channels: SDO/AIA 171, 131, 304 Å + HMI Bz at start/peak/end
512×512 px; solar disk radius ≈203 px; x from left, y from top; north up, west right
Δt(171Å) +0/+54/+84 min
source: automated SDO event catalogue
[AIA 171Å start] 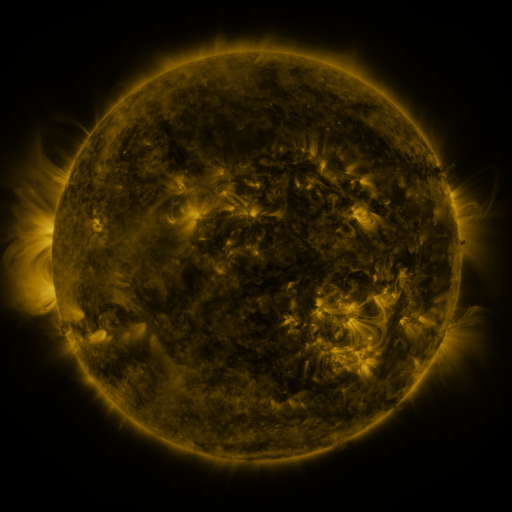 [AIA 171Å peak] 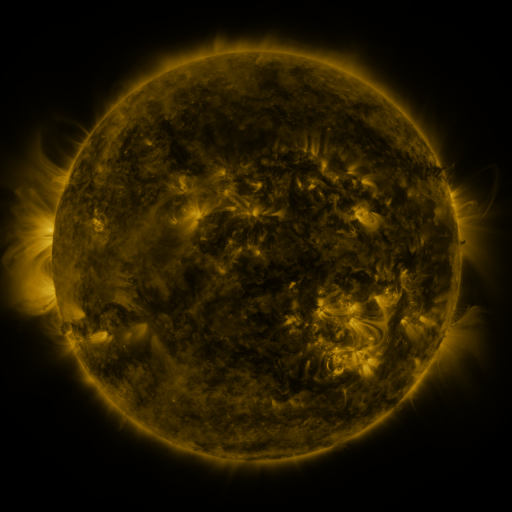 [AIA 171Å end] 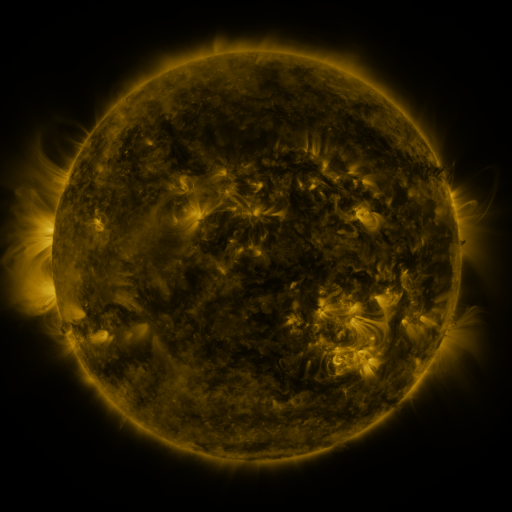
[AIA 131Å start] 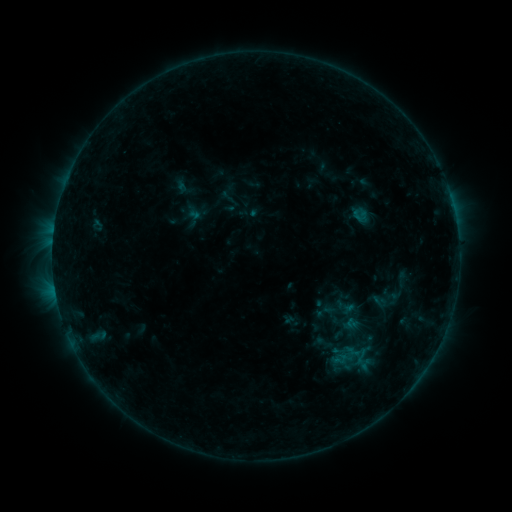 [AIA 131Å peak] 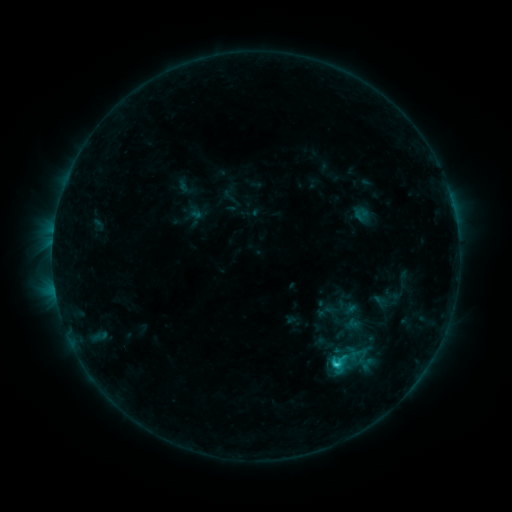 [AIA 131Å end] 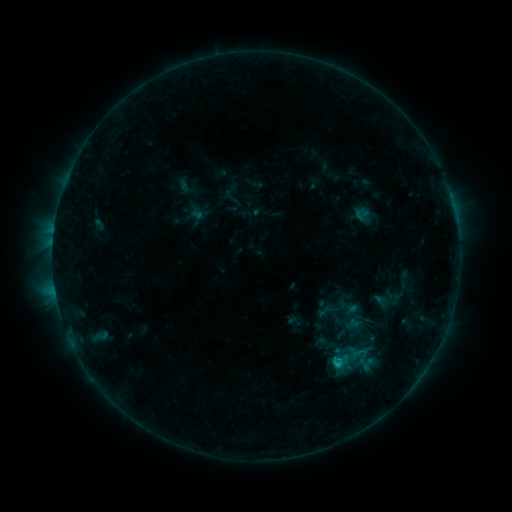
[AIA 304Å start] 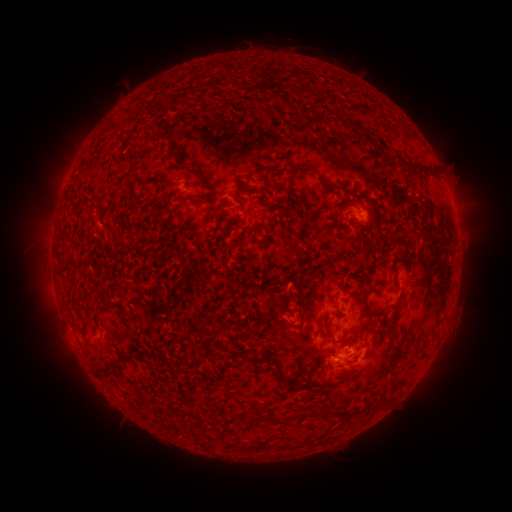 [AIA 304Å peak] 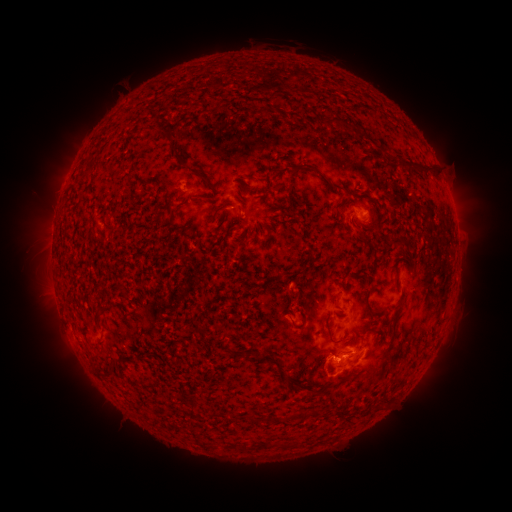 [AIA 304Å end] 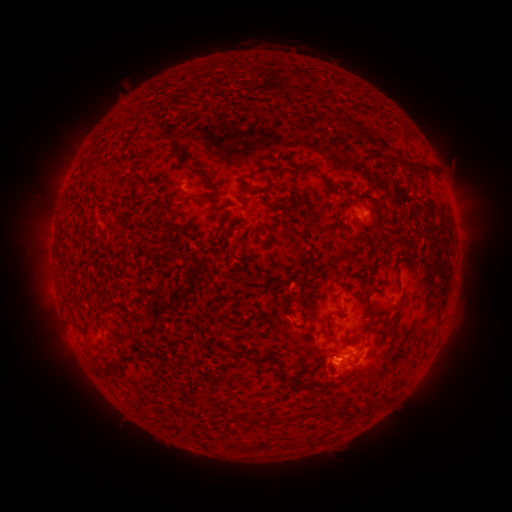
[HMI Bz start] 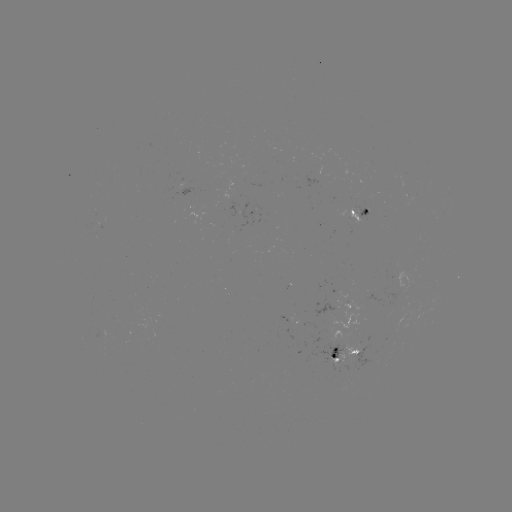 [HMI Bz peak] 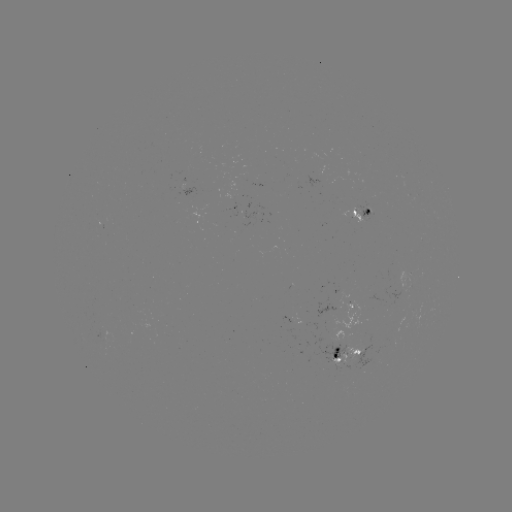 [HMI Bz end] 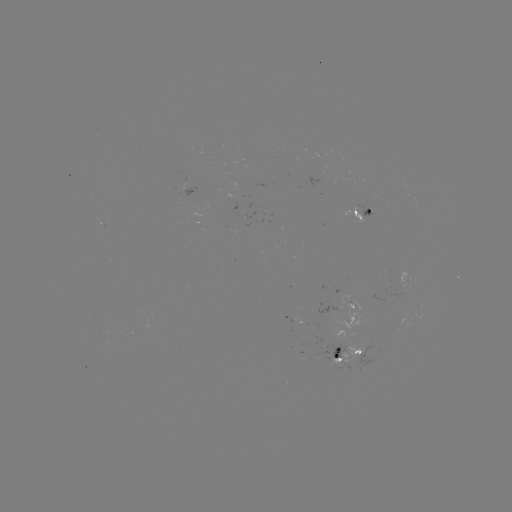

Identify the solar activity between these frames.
C1.8 flare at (334, 363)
